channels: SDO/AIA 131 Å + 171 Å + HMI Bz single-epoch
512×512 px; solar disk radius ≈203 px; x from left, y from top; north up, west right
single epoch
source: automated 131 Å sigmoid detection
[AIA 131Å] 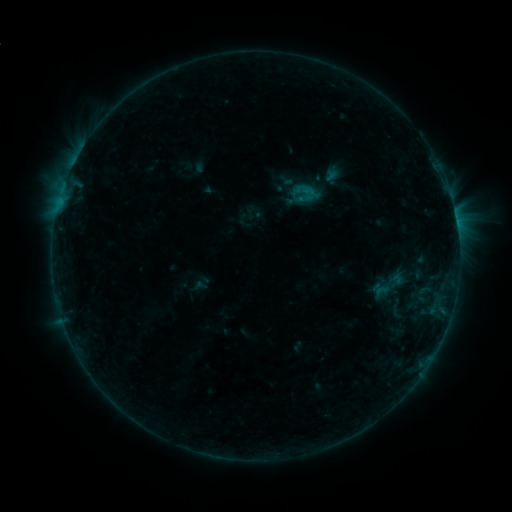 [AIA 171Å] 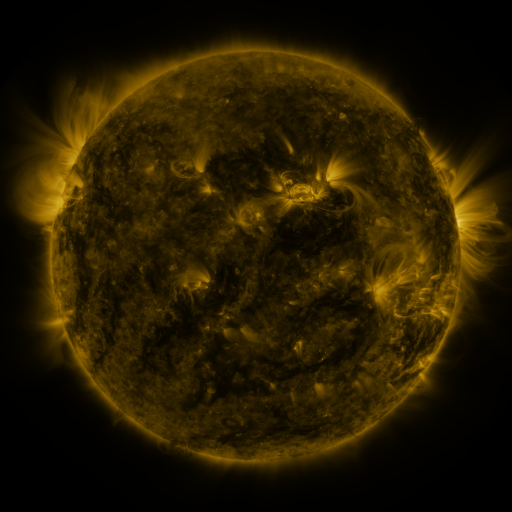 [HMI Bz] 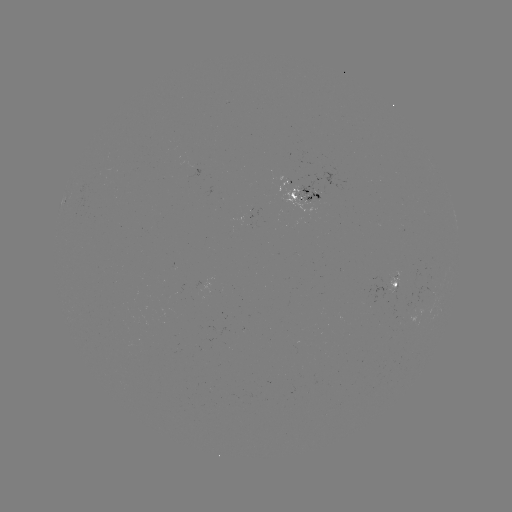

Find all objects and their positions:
sigmoid: (305, 193)
